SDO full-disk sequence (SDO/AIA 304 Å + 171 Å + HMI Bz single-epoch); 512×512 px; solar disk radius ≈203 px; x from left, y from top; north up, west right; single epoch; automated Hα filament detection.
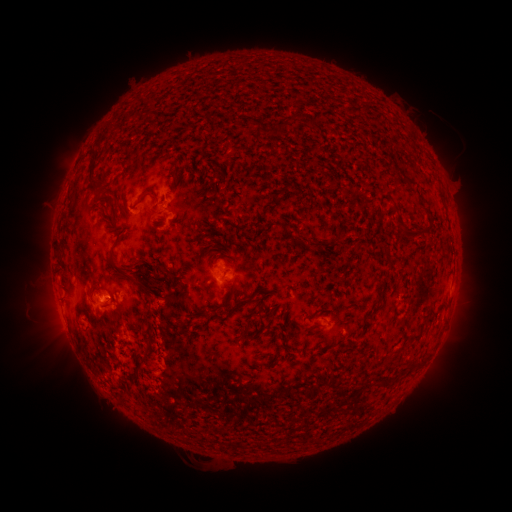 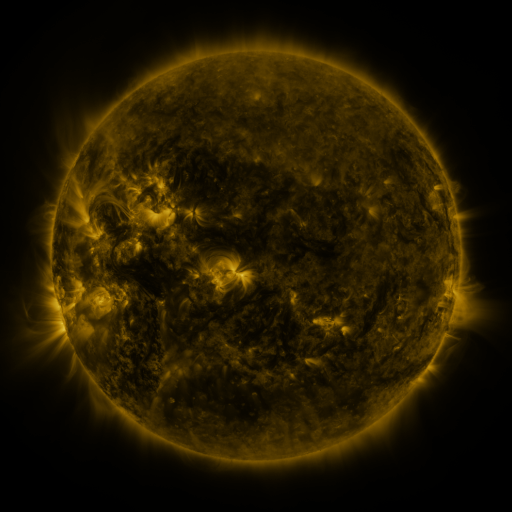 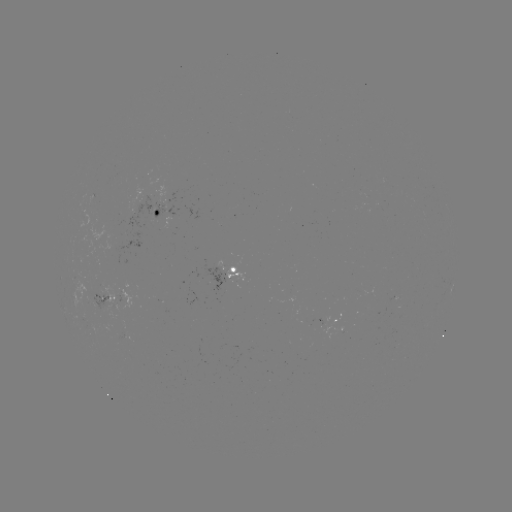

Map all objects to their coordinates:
filament: (282, 124)
filament: (173, 176)
filament: (407, 179)
filament: (149, 195)
filament: (99, 197)
filament: (409, 230)
filament: (236, 234)
filament: (122, 238)
filament: (314, 243)
filament: (134, 273)
filament: (130, 279)
filament: (264, 305)
filament: (236, 308)
filament: (288, 344)
filament: (420, 361)
filament: (387, 380)
filament: (125, 400)
